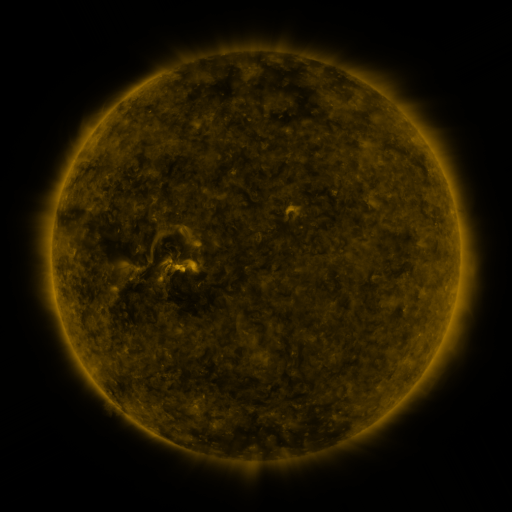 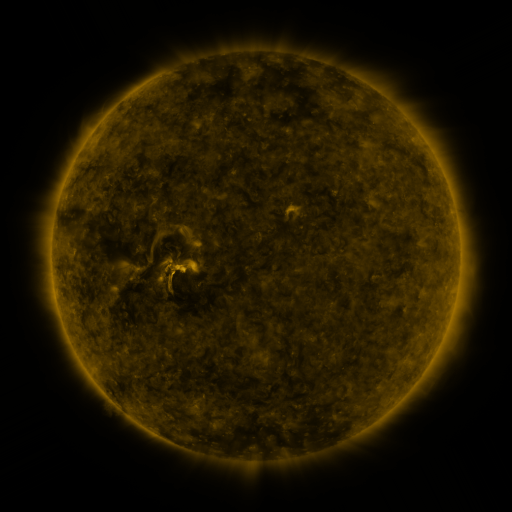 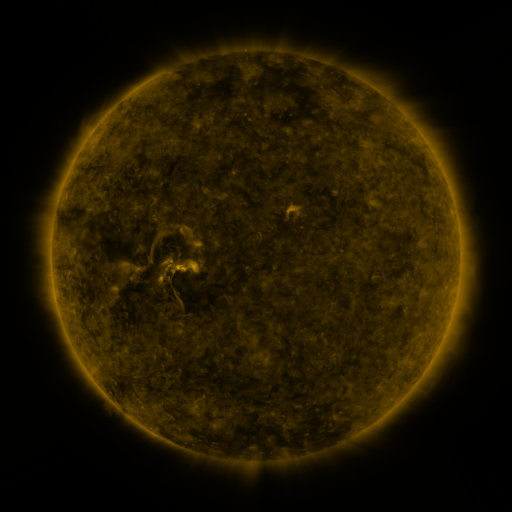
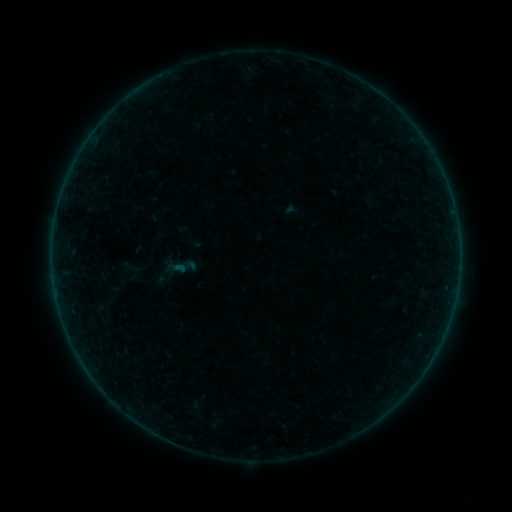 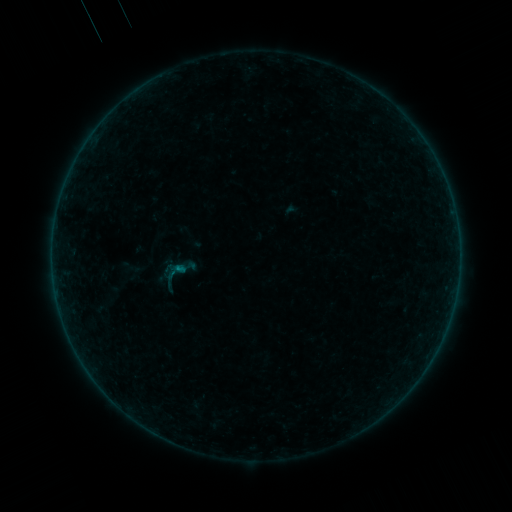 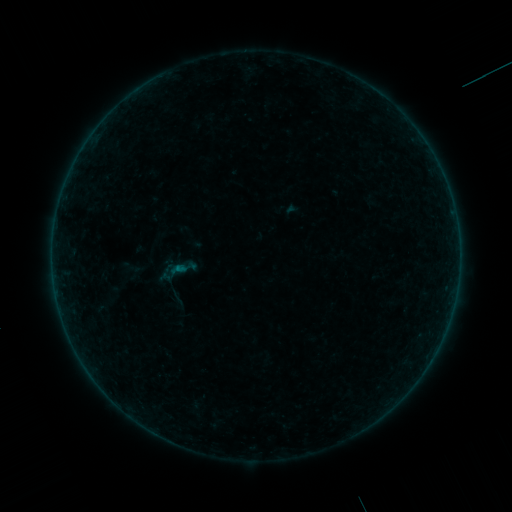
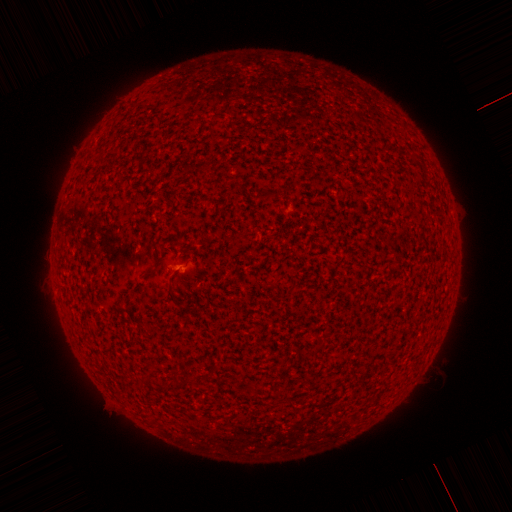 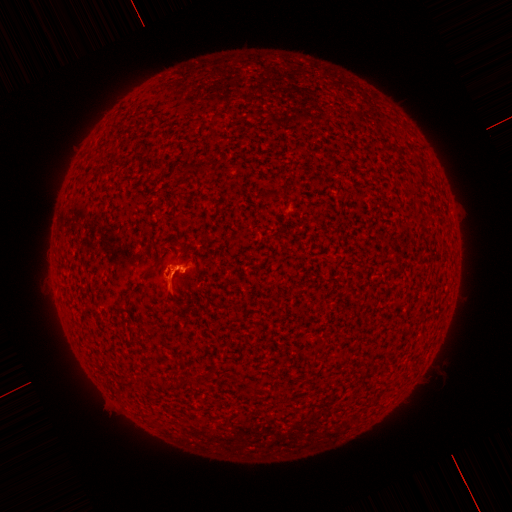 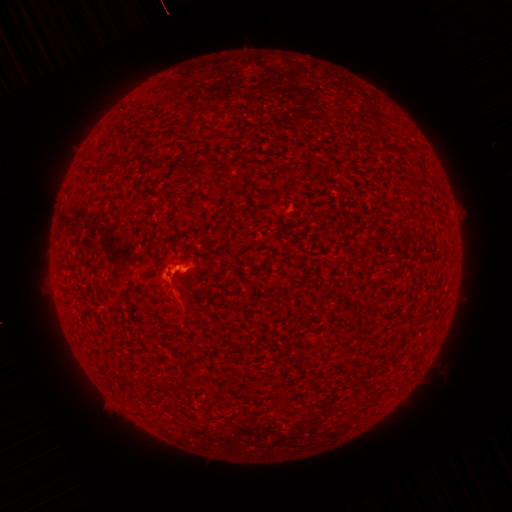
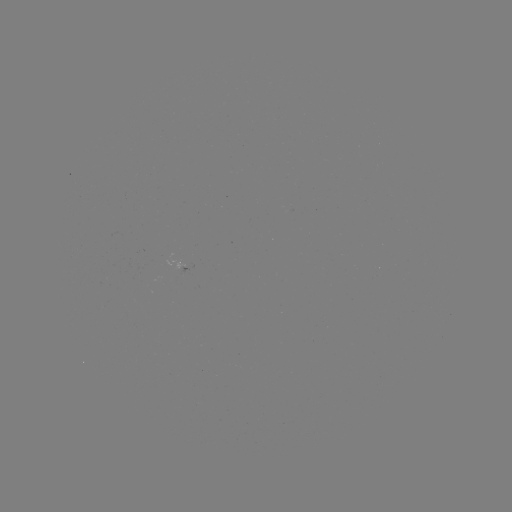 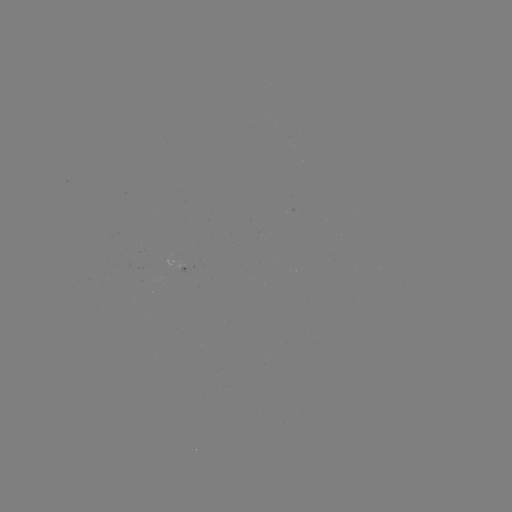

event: flare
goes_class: B2.1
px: (180, 266)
